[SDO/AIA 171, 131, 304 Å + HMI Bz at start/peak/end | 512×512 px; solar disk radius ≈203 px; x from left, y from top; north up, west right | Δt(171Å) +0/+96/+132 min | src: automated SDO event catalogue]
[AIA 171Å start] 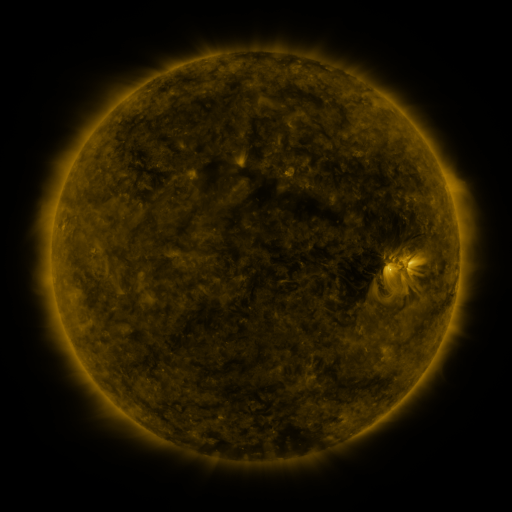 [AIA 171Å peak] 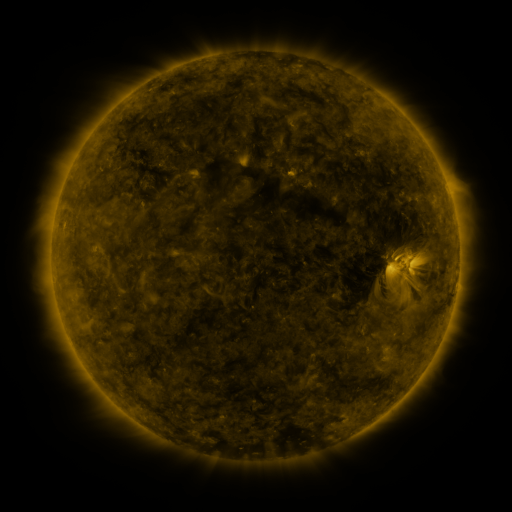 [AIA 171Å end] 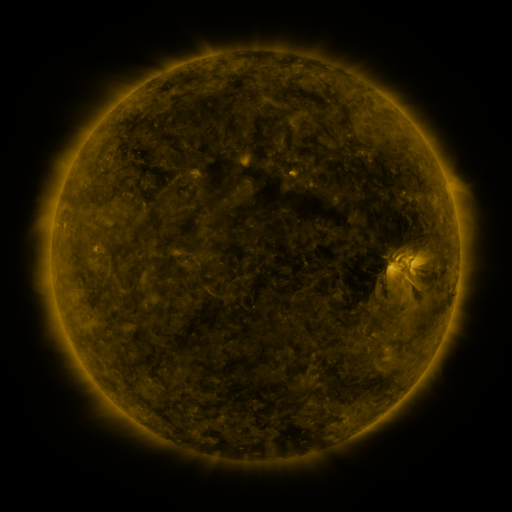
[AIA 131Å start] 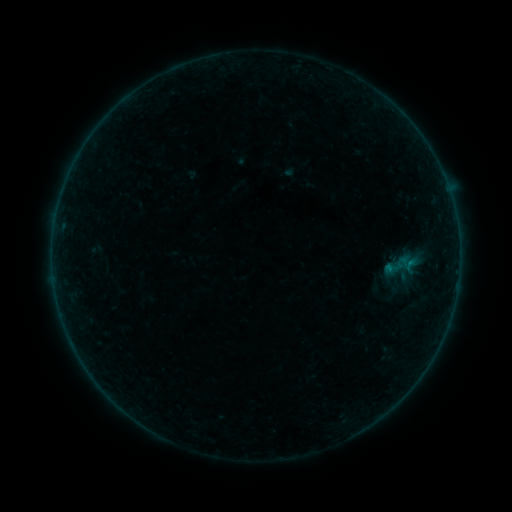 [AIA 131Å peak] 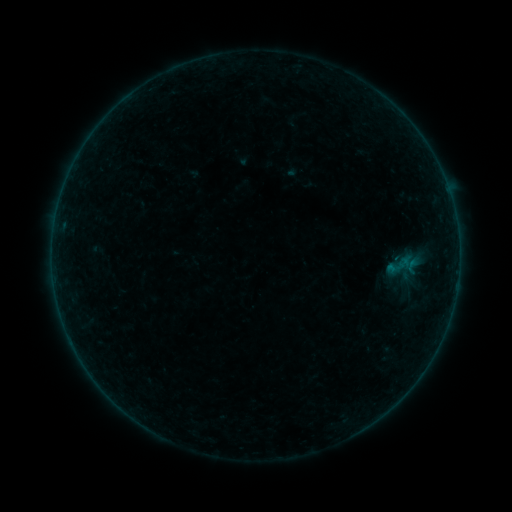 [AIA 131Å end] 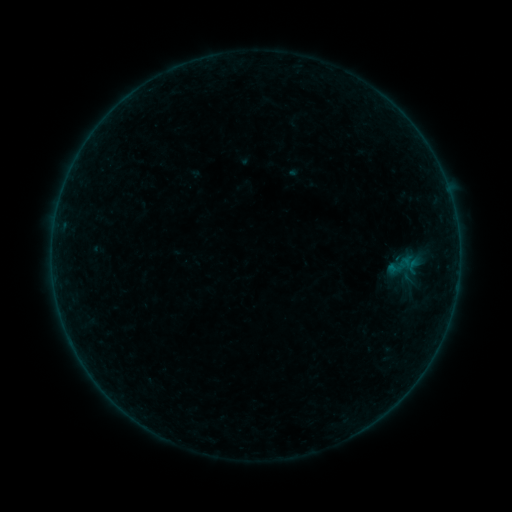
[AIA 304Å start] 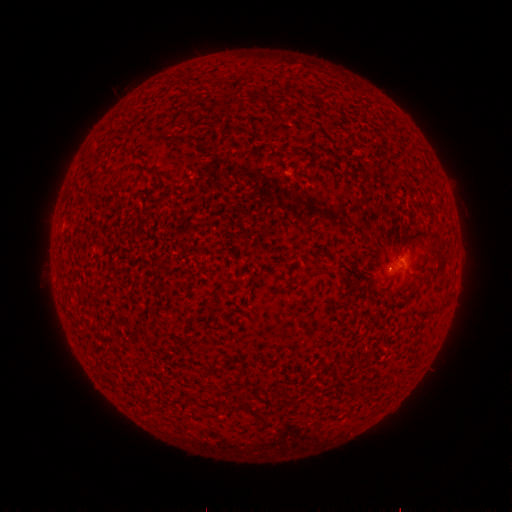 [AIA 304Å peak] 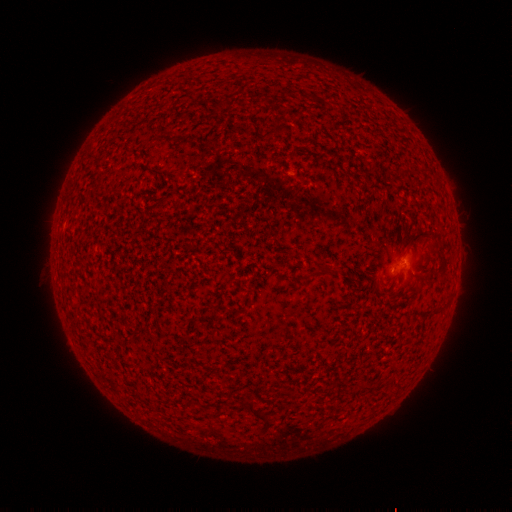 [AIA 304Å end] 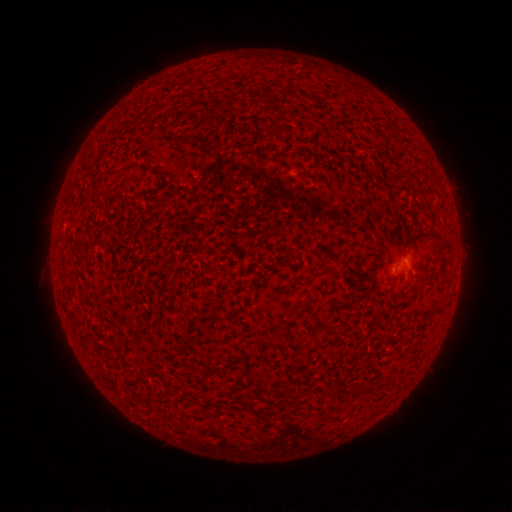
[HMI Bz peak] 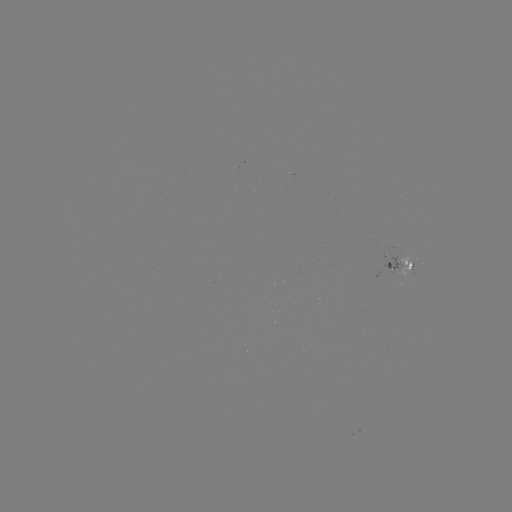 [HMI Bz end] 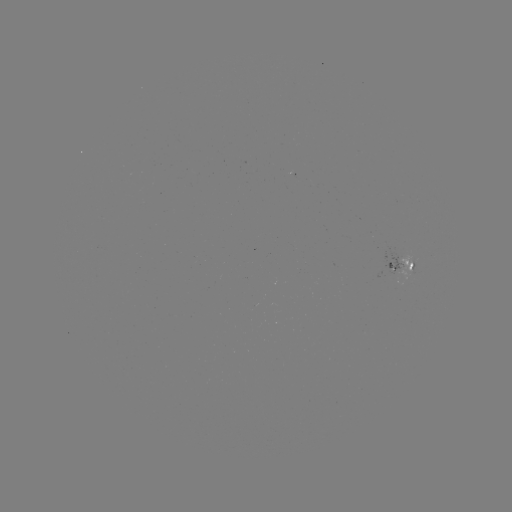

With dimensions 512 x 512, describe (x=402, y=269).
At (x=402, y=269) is emerging-flux region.